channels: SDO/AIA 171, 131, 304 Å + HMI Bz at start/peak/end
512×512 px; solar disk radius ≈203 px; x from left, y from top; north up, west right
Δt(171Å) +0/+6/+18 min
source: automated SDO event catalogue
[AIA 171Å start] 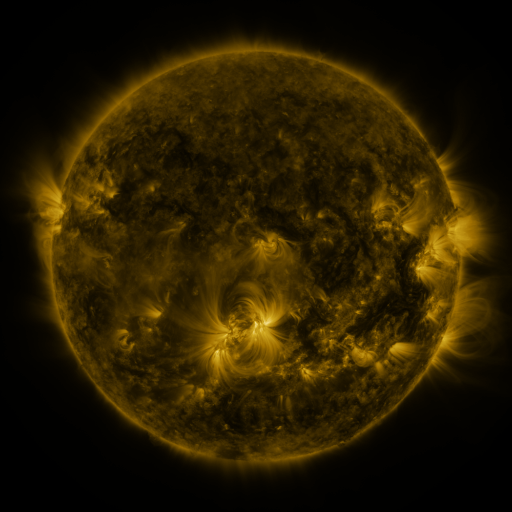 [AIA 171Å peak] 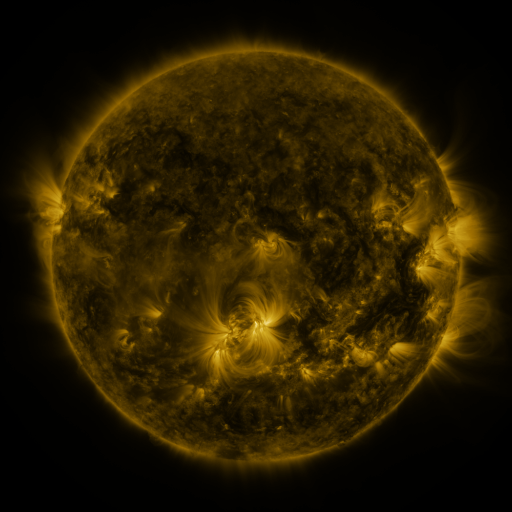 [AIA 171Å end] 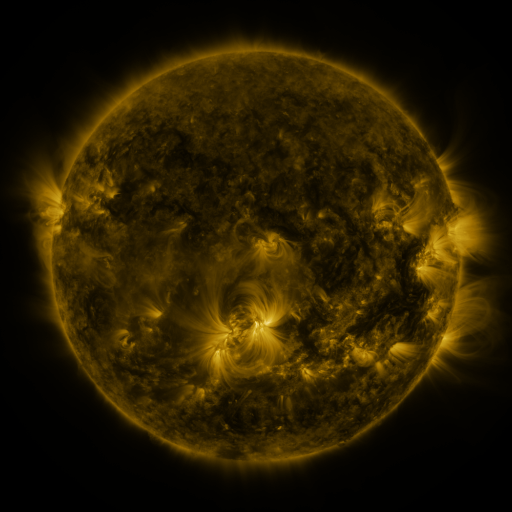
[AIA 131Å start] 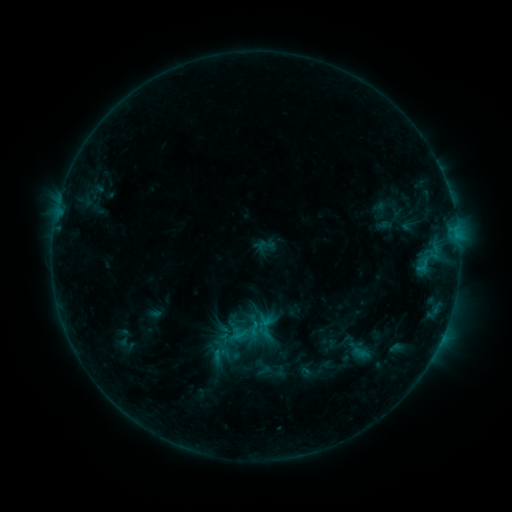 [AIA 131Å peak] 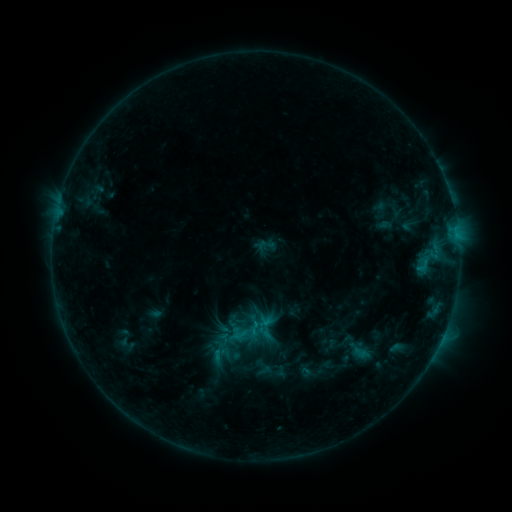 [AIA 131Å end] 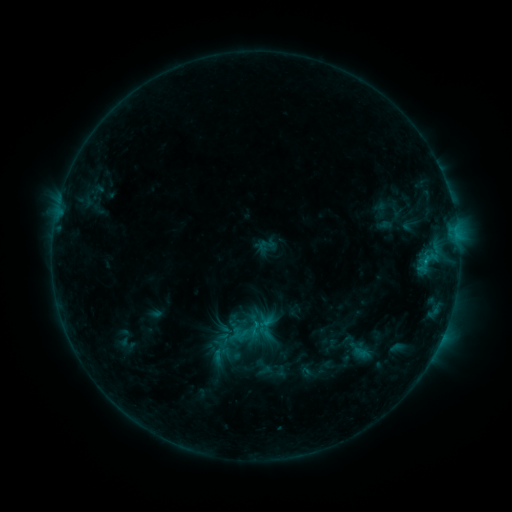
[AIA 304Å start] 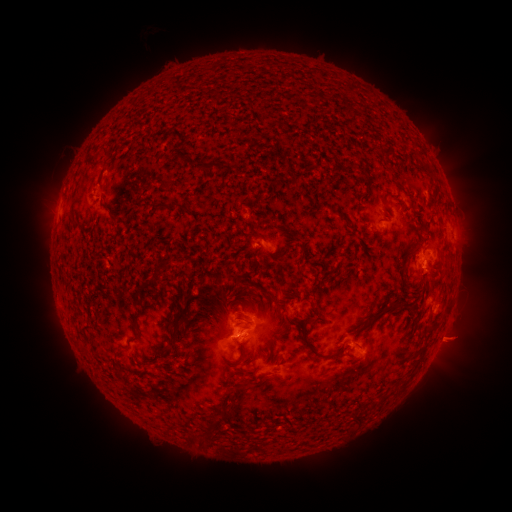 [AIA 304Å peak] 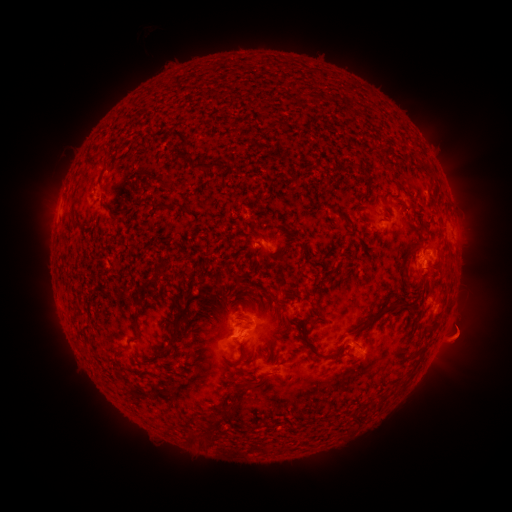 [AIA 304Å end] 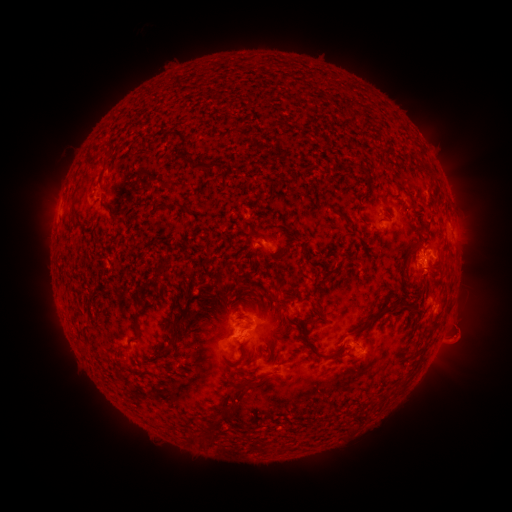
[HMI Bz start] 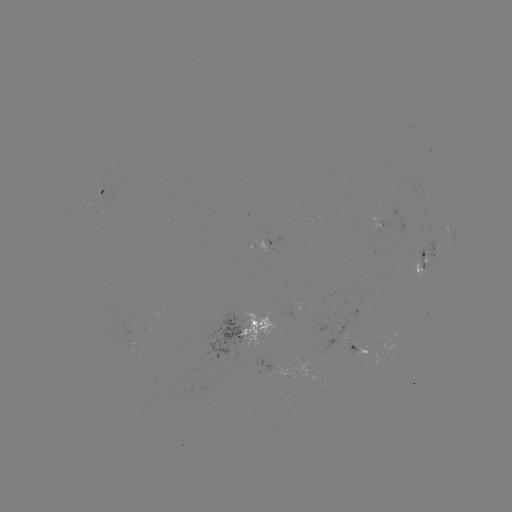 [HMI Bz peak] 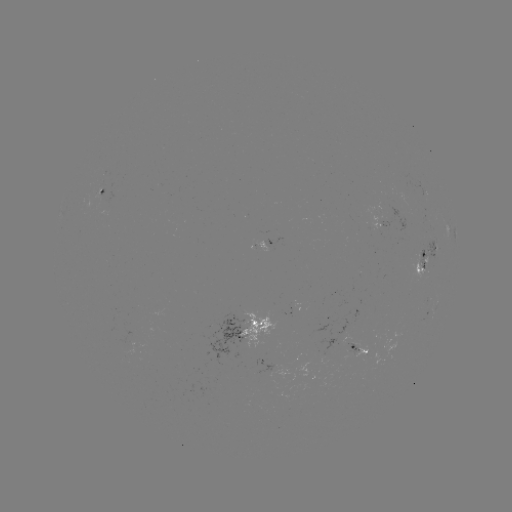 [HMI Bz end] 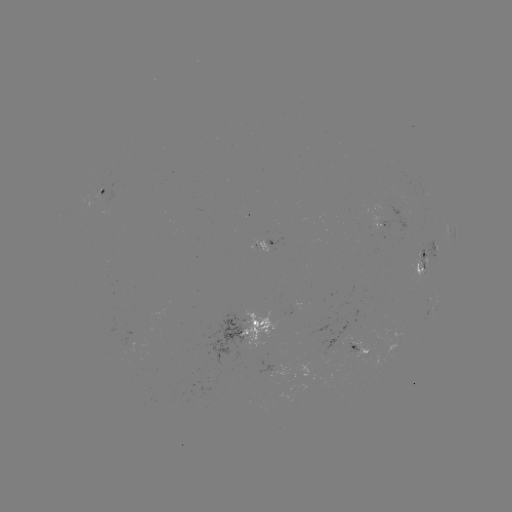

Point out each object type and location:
eruption: (463, 339)
